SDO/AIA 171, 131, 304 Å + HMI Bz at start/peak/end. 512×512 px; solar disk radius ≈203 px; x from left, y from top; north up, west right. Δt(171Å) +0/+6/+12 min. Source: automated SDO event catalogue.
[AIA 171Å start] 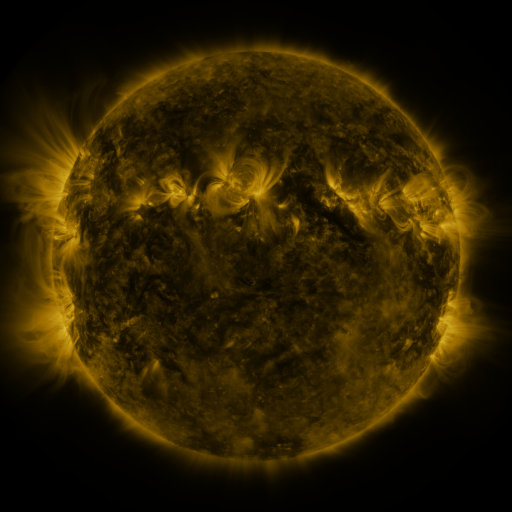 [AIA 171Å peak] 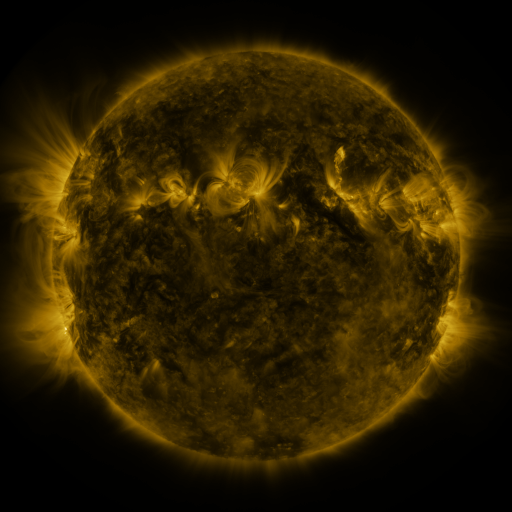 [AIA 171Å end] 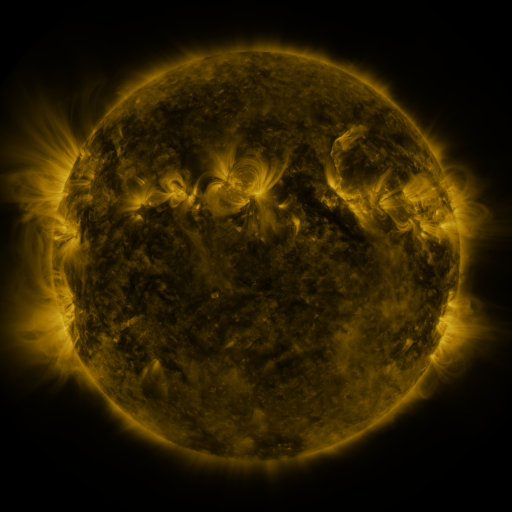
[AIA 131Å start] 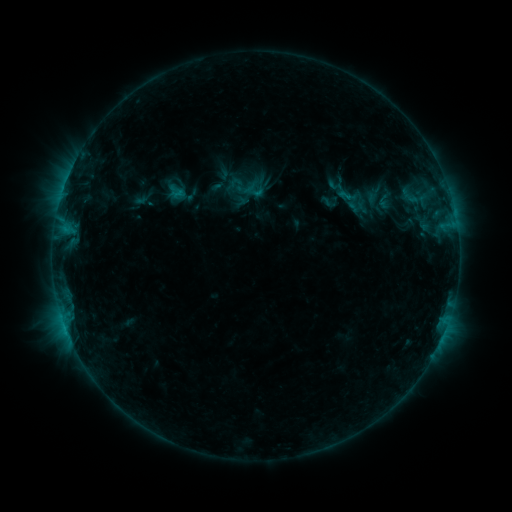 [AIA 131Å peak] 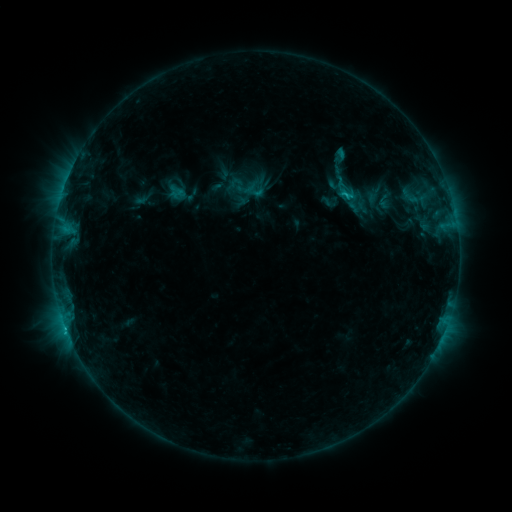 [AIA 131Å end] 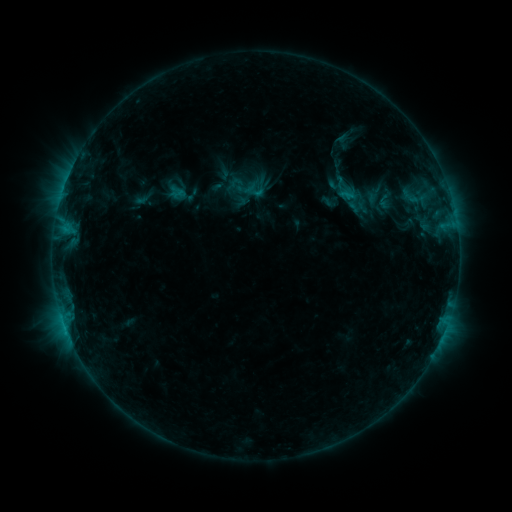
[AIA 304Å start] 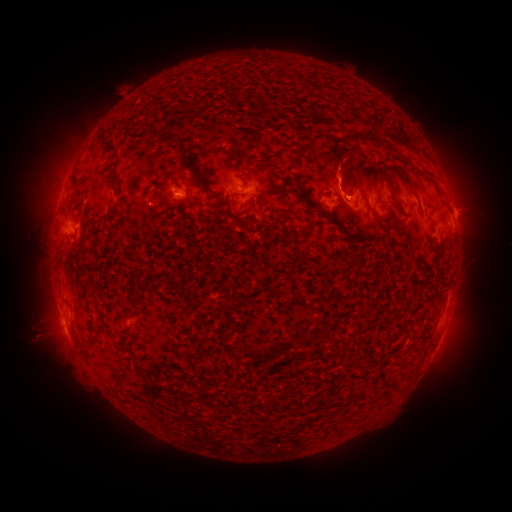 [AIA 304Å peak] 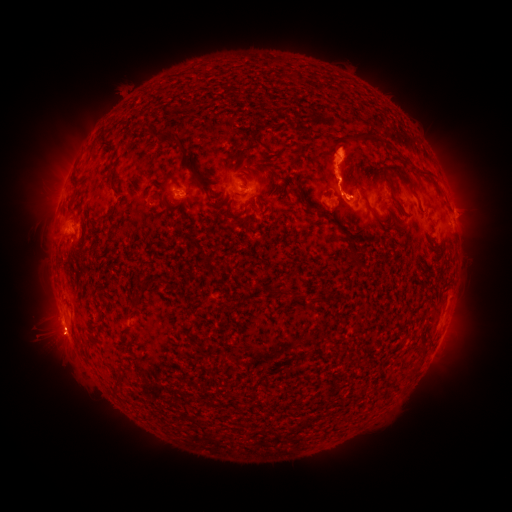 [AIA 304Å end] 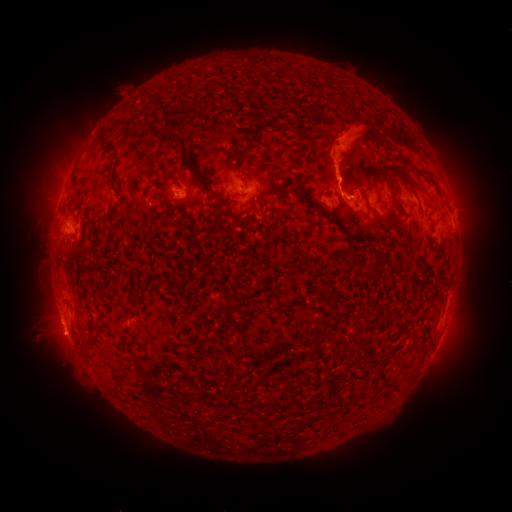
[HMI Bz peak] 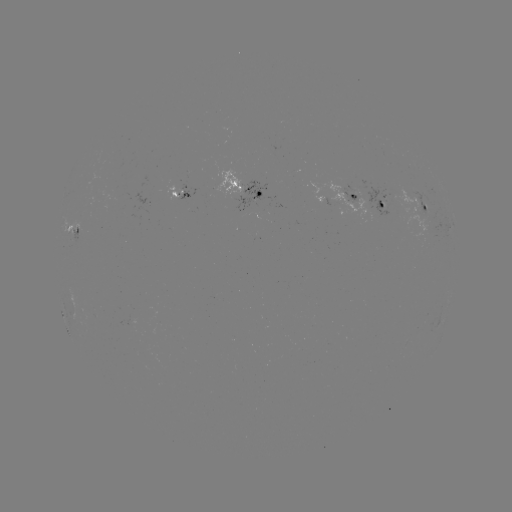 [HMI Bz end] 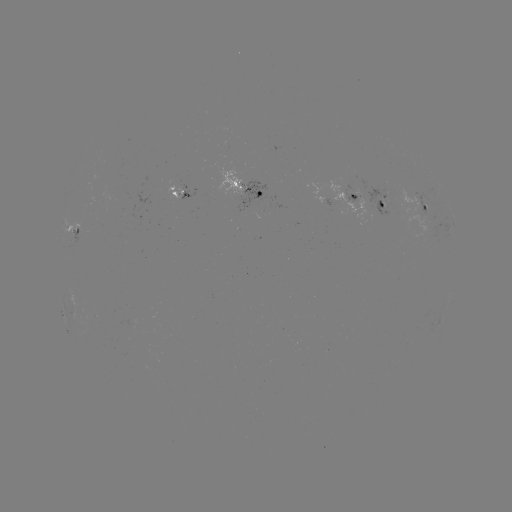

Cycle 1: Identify eruption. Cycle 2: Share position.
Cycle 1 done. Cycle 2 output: (420, 147).